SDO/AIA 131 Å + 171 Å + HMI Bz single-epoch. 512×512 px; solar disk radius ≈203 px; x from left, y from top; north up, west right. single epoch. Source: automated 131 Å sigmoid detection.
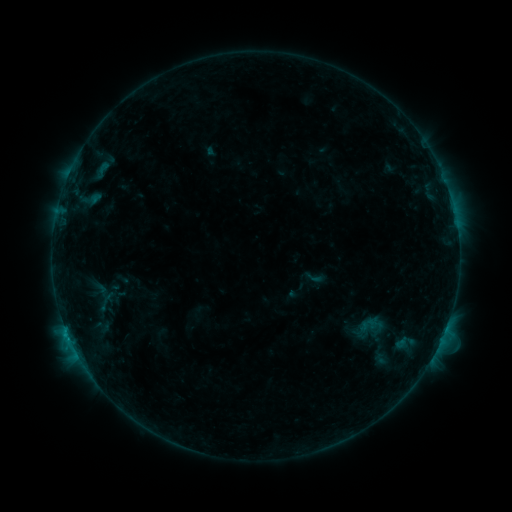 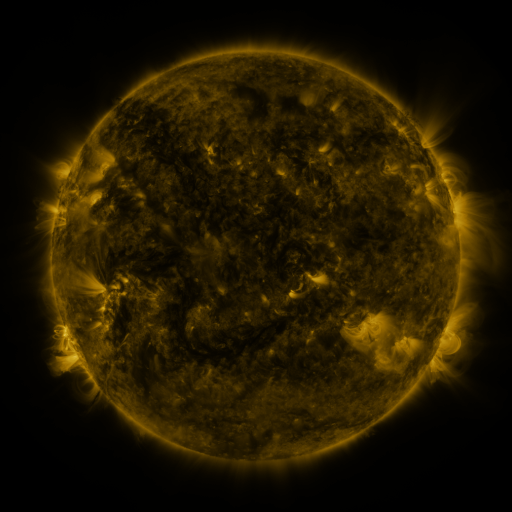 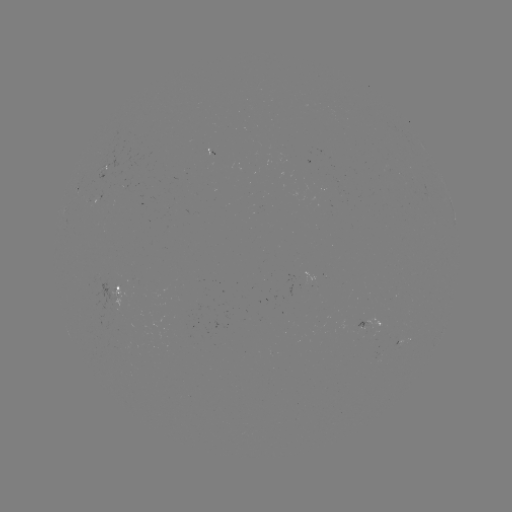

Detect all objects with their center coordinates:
sigmoid: (304, 267, 323, 287)
sigmoid: (350, 307, 388, 350)
